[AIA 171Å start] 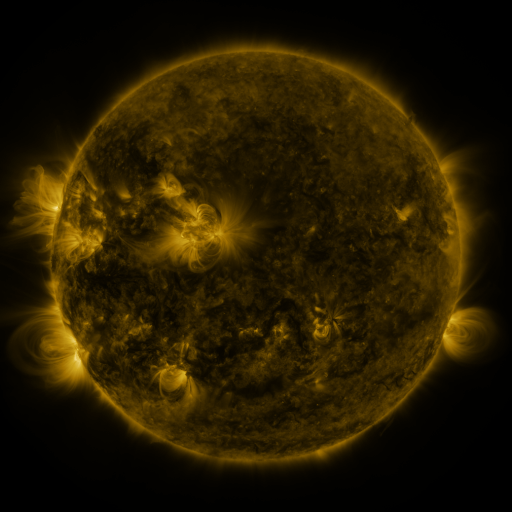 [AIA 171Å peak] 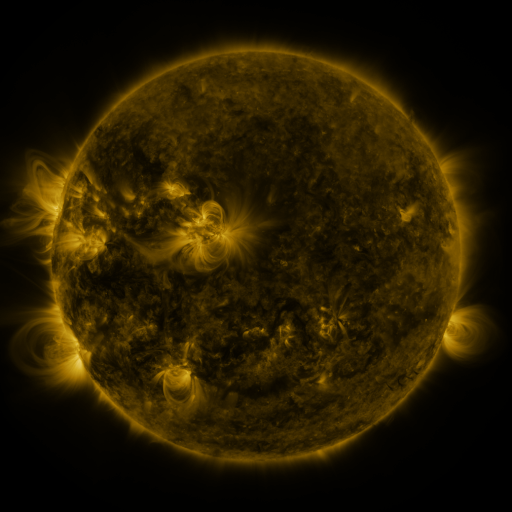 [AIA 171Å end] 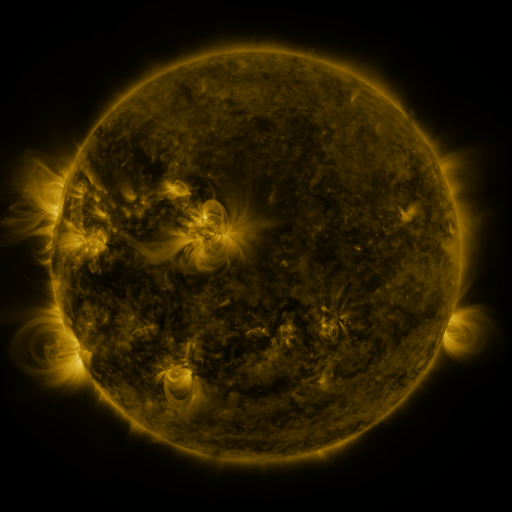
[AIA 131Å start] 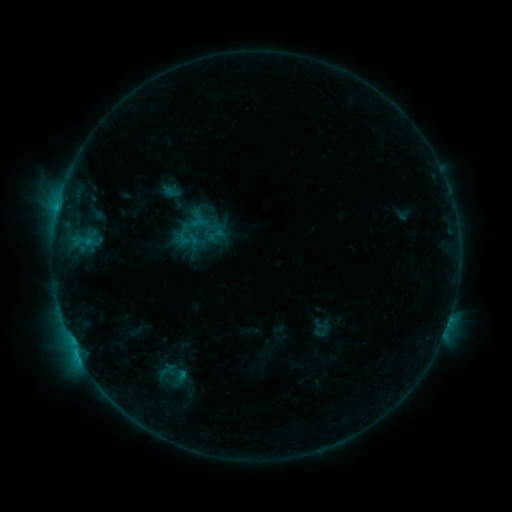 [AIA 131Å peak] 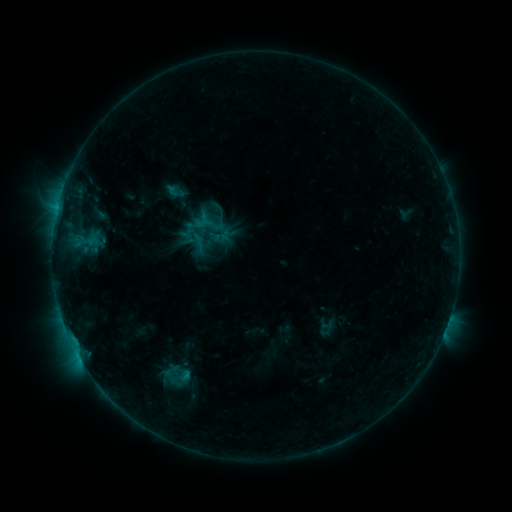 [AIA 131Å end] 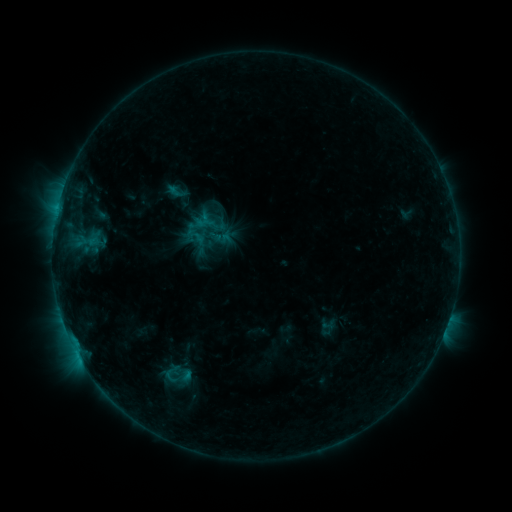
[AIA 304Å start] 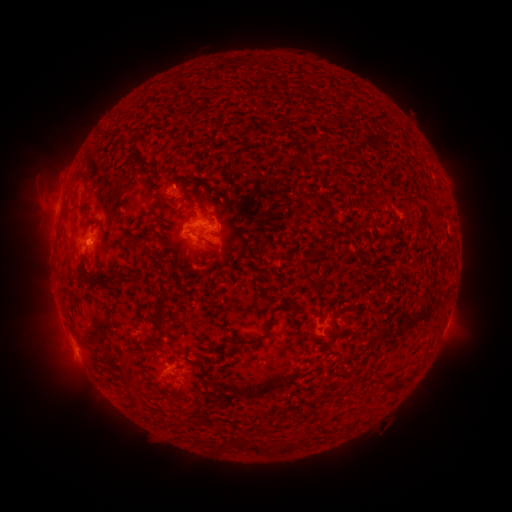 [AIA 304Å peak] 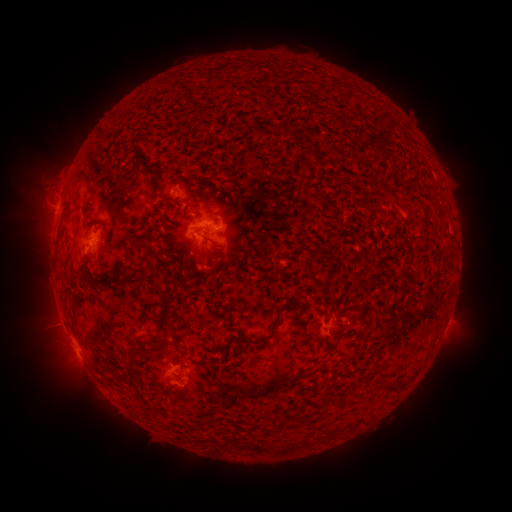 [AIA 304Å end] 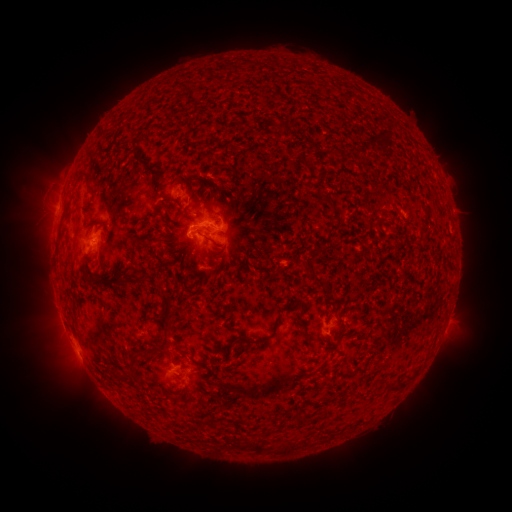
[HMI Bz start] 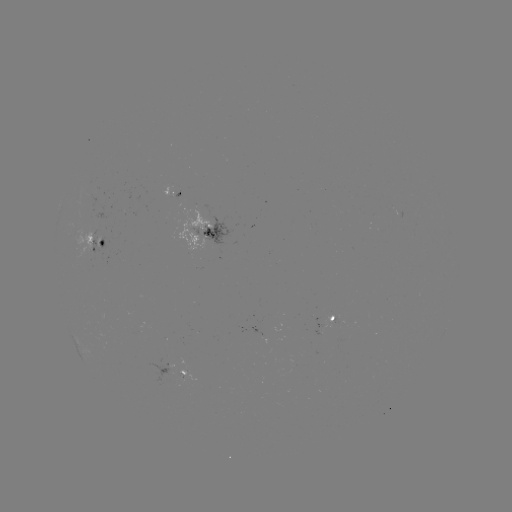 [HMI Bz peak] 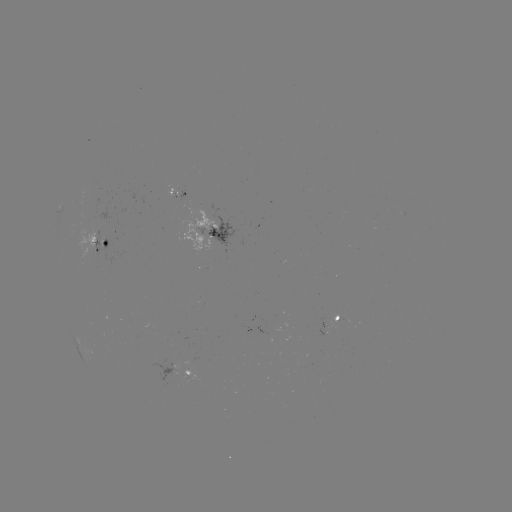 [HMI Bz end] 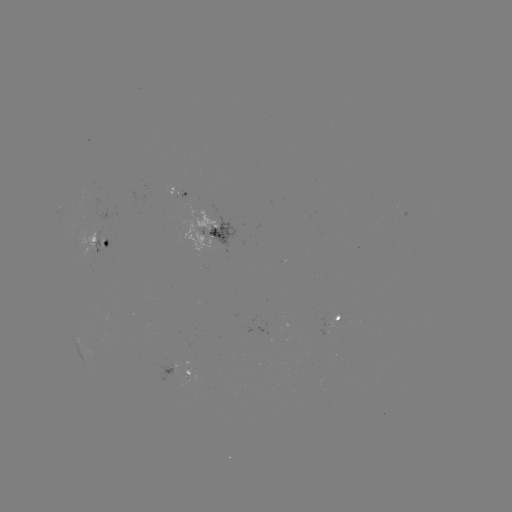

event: emerging-flux region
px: (173, 193)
